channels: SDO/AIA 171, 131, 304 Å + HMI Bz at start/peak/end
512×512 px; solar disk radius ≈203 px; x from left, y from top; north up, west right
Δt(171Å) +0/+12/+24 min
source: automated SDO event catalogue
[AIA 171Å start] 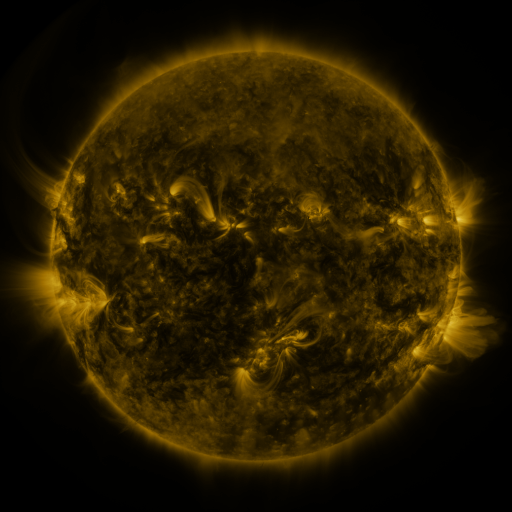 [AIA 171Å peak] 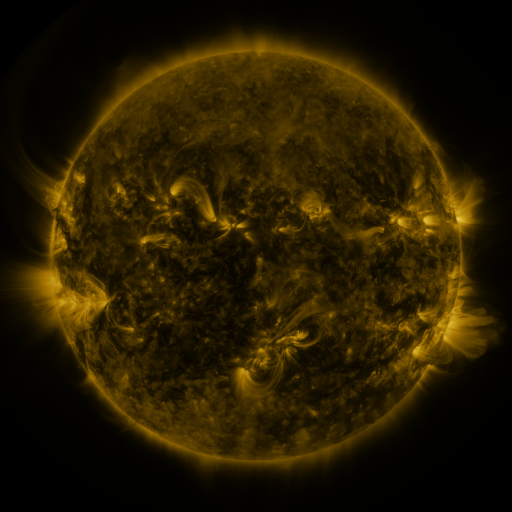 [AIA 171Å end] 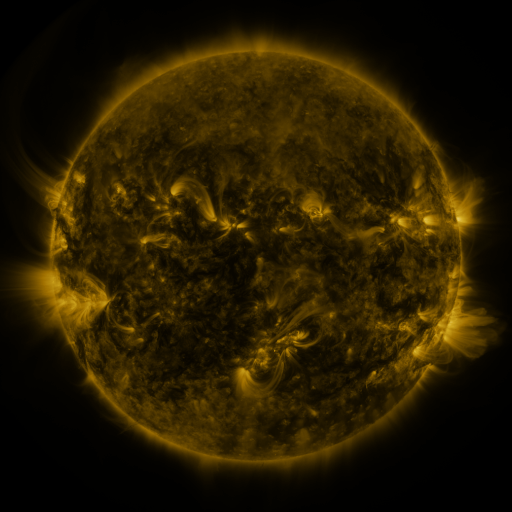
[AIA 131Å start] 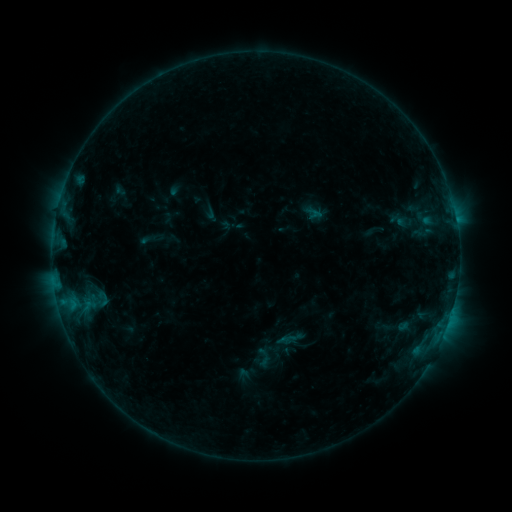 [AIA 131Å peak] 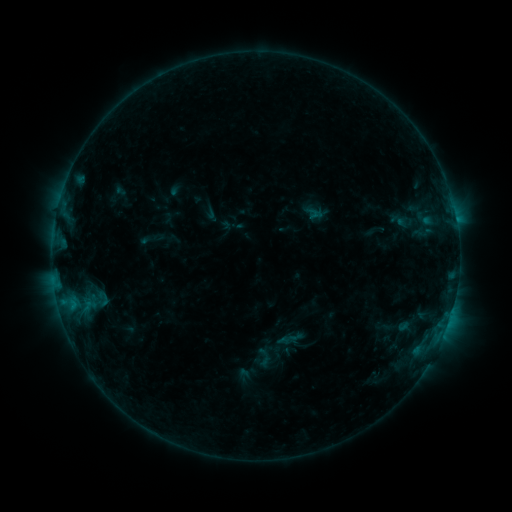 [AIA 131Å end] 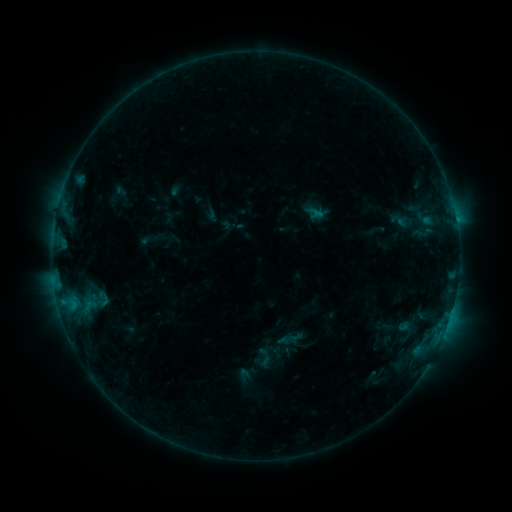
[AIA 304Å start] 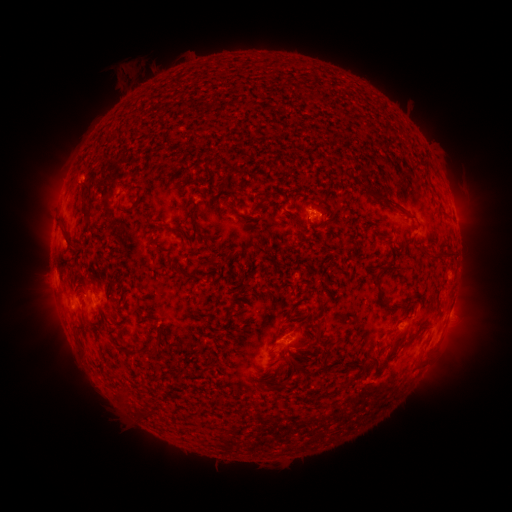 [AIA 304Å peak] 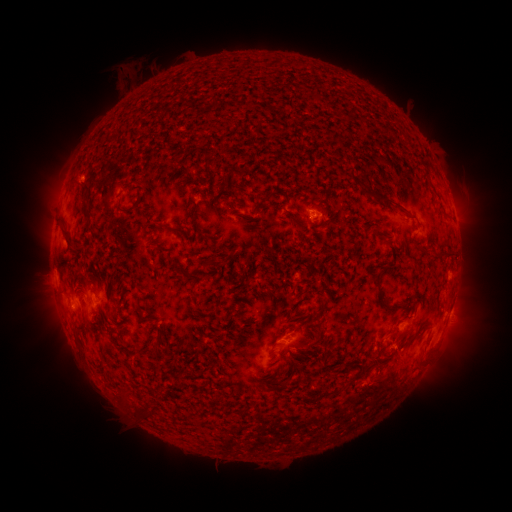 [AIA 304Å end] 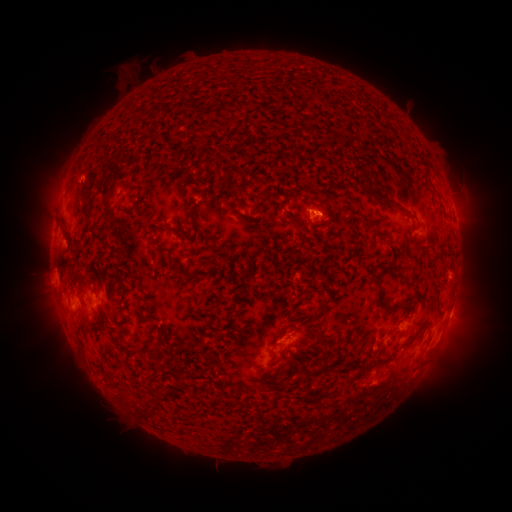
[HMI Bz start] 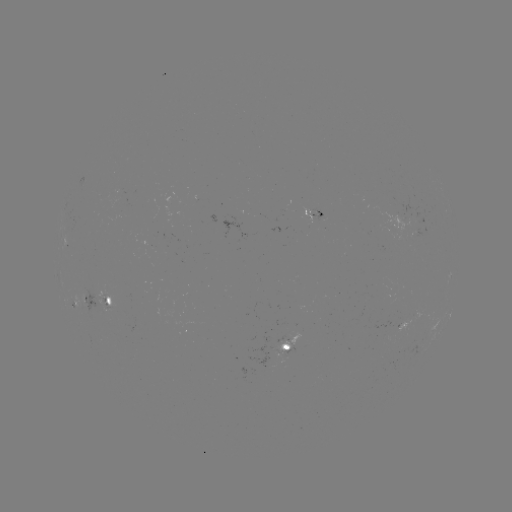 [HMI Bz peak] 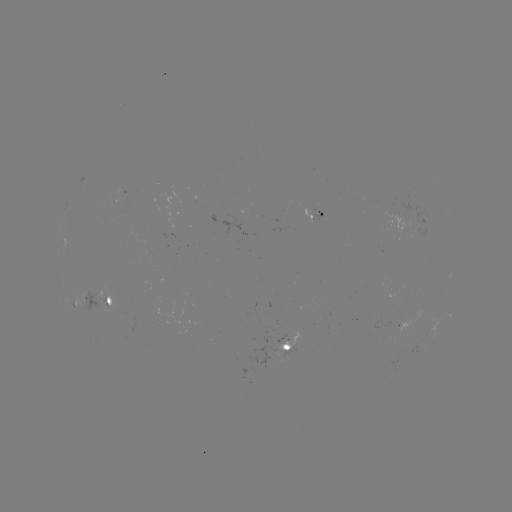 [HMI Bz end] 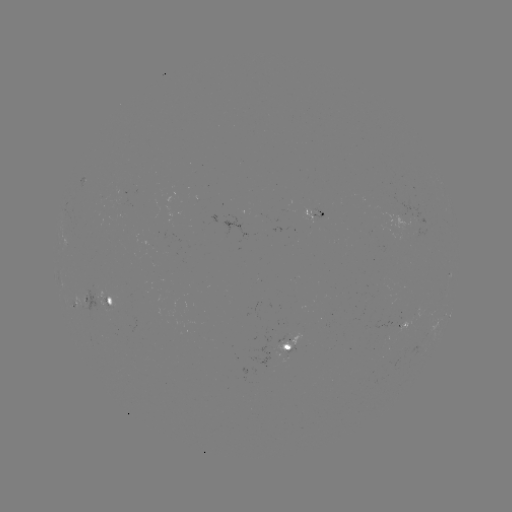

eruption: [362, 327, 423, 404]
